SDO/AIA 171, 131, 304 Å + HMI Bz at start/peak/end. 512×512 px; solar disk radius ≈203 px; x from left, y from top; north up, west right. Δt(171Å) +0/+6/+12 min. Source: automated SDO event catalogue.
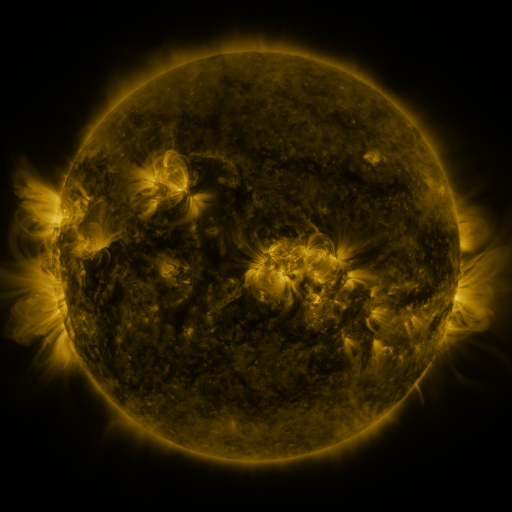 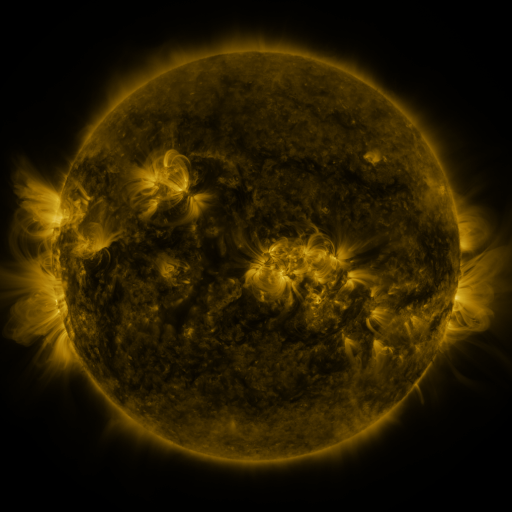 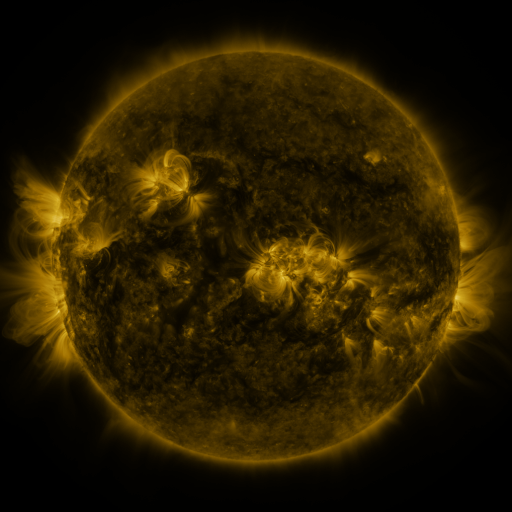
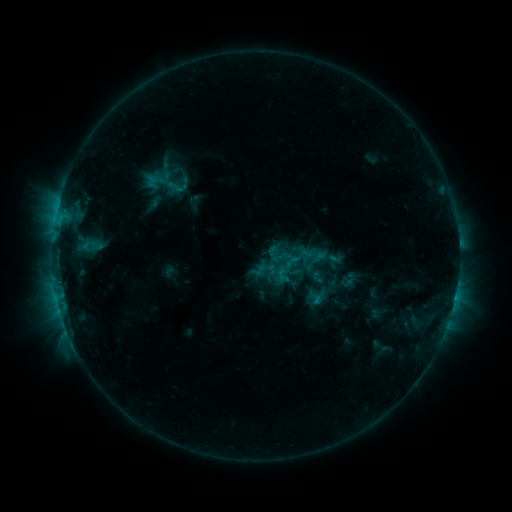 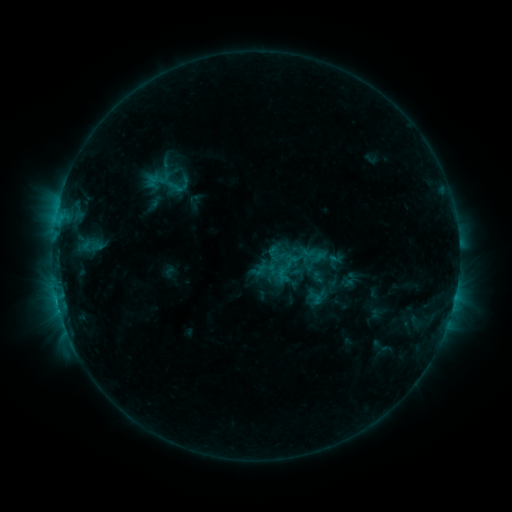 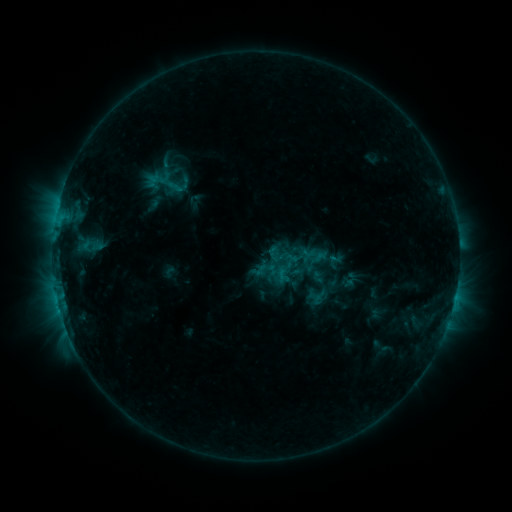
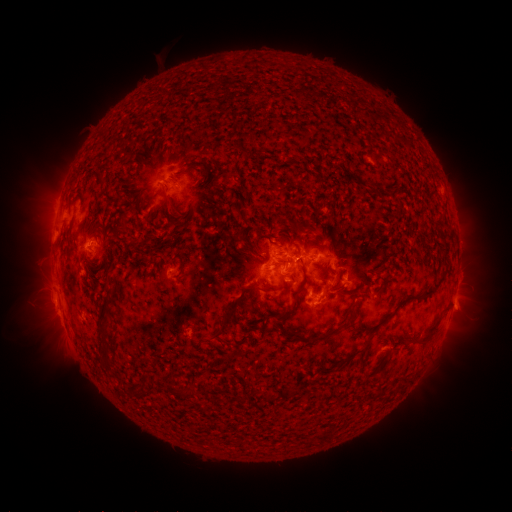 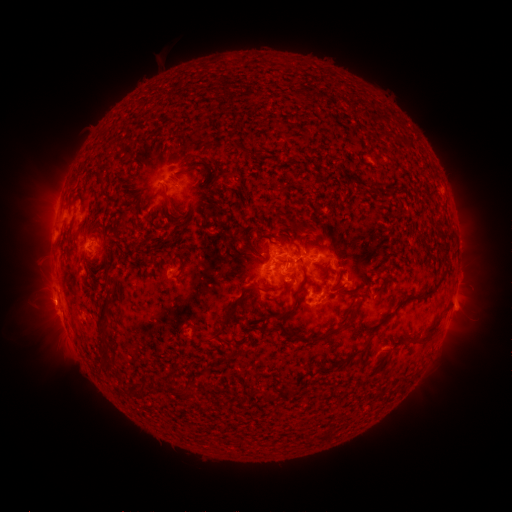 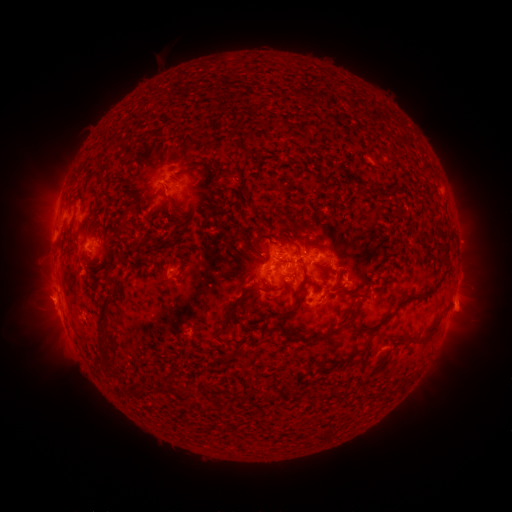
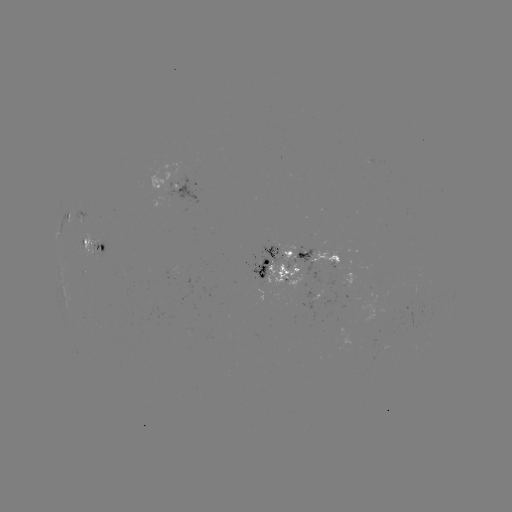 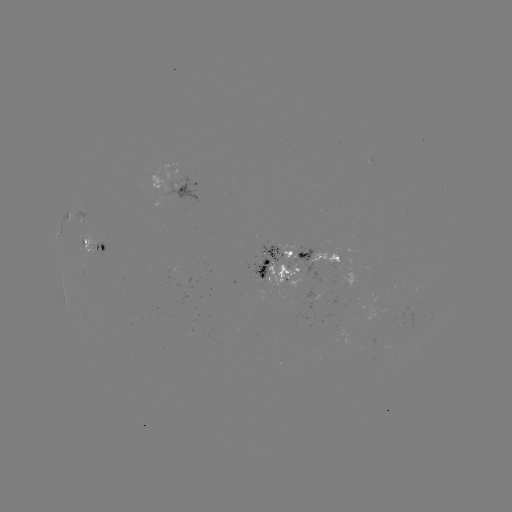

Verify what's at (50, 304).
eruption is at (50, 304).